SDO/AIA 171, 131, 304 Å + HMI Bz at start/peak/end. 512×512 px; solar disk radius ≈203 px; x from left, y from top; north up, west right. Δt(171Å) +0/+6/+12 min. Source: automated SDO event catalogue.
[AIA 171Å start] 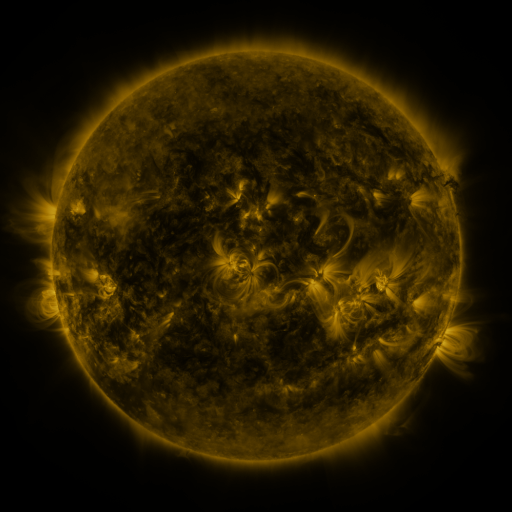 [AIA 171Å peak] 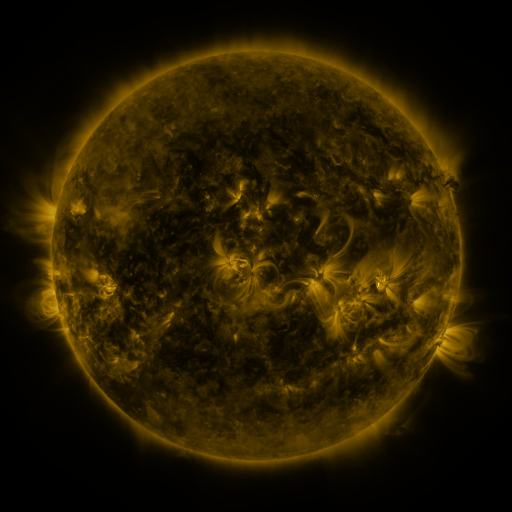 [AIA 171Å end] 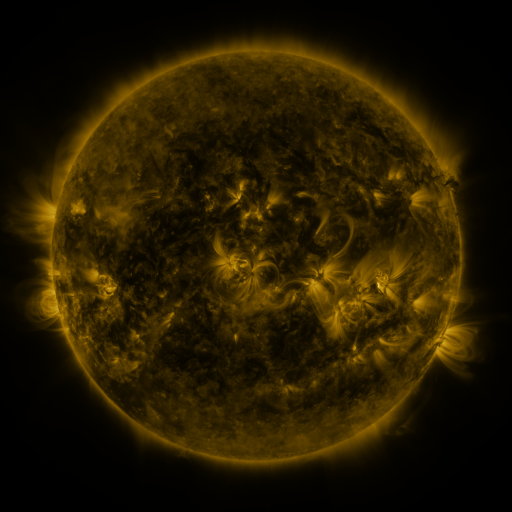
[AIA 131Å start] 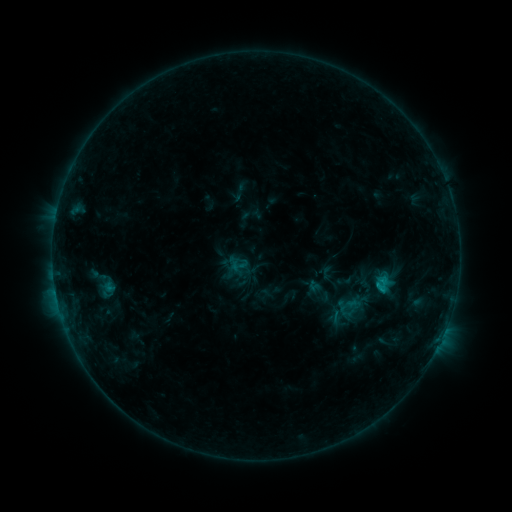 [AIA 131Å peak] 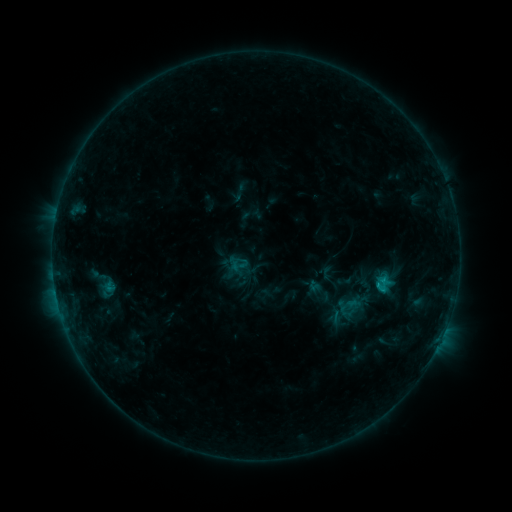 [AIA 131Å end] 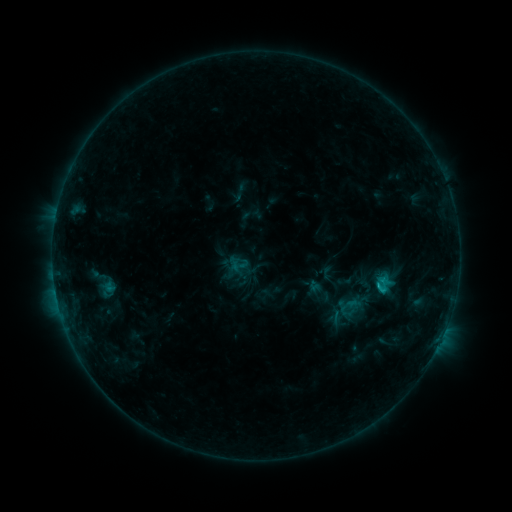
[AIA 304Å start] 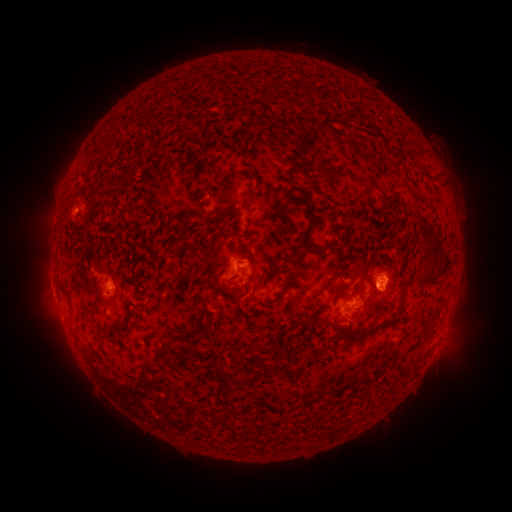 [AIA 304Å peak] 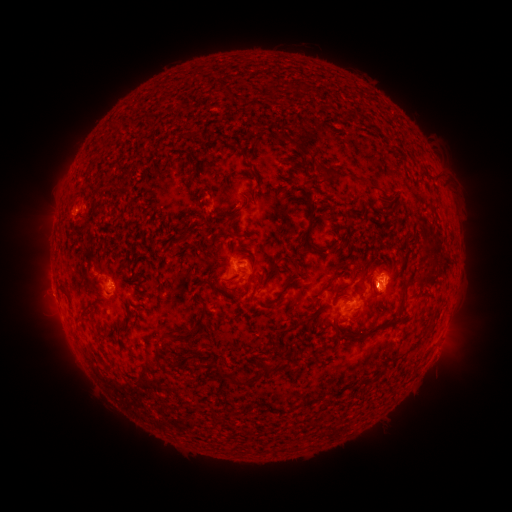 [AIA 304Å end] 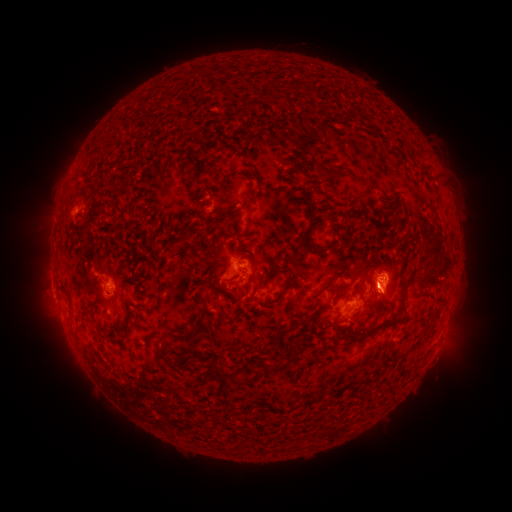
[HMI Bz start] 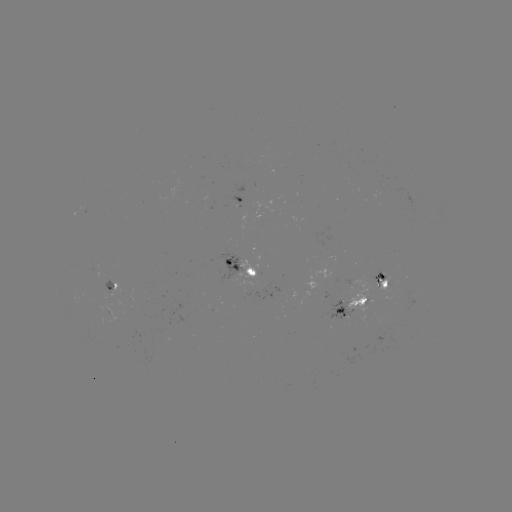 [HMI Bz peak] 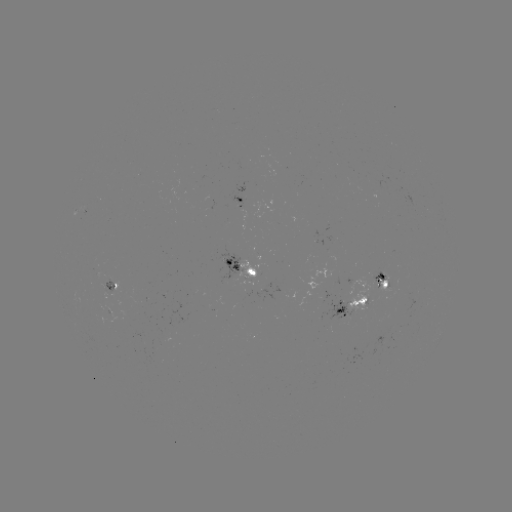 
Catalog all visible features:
C2.0 flare: (379, 283)
